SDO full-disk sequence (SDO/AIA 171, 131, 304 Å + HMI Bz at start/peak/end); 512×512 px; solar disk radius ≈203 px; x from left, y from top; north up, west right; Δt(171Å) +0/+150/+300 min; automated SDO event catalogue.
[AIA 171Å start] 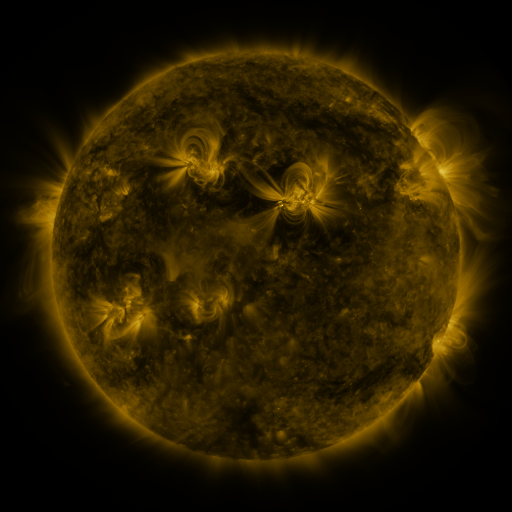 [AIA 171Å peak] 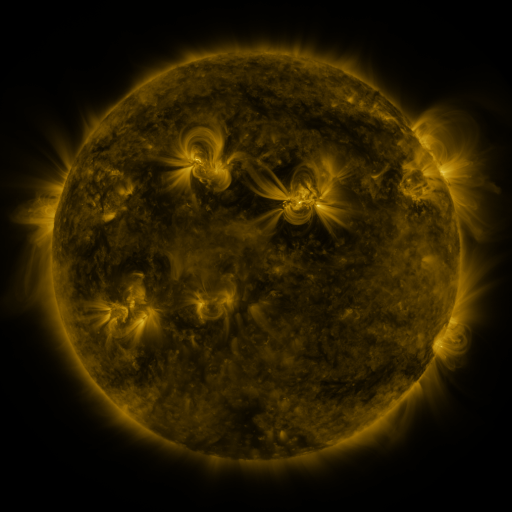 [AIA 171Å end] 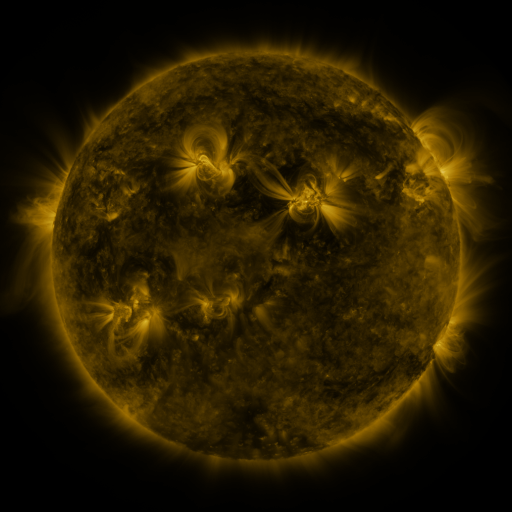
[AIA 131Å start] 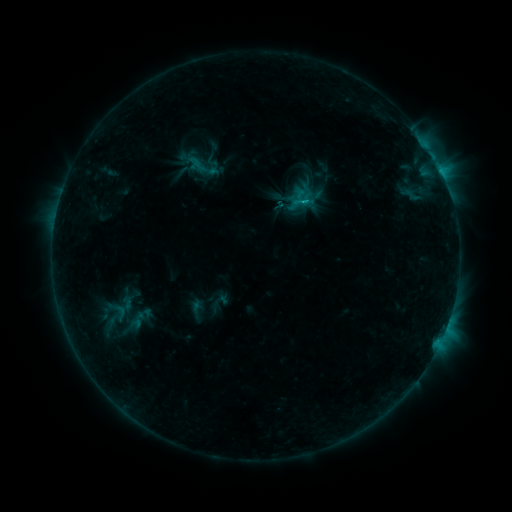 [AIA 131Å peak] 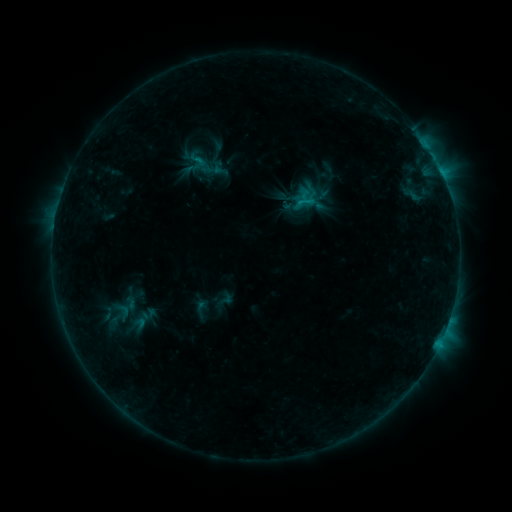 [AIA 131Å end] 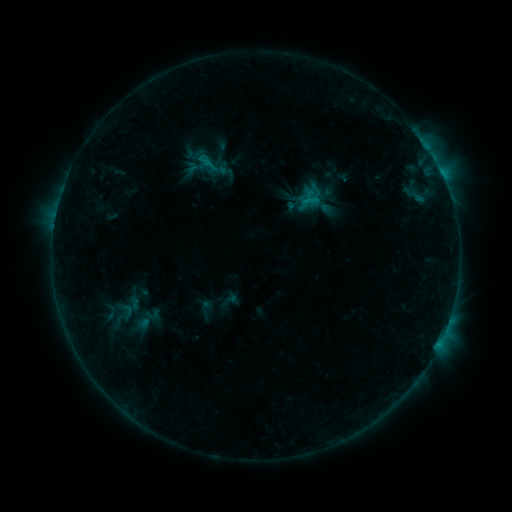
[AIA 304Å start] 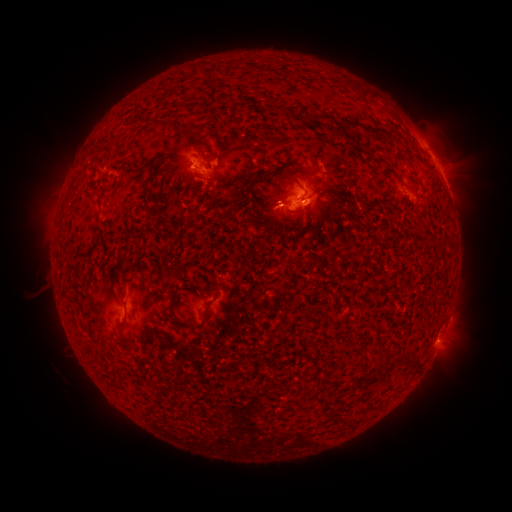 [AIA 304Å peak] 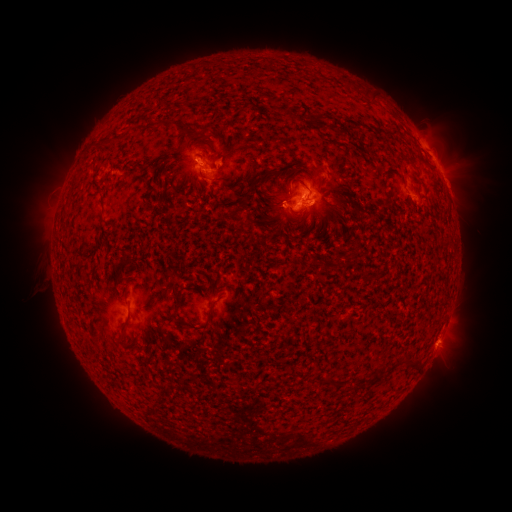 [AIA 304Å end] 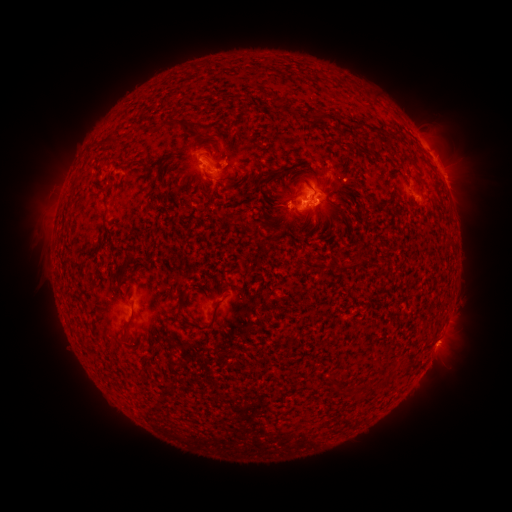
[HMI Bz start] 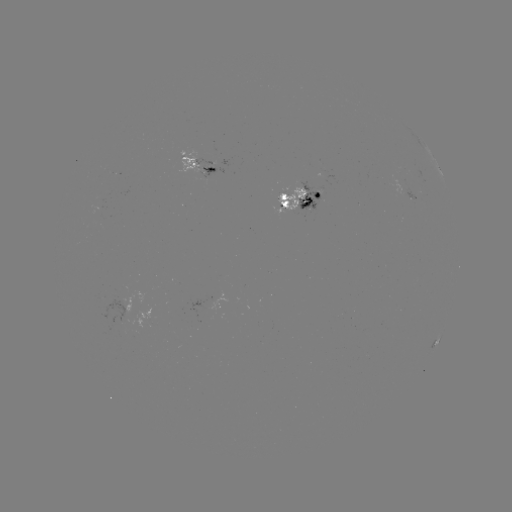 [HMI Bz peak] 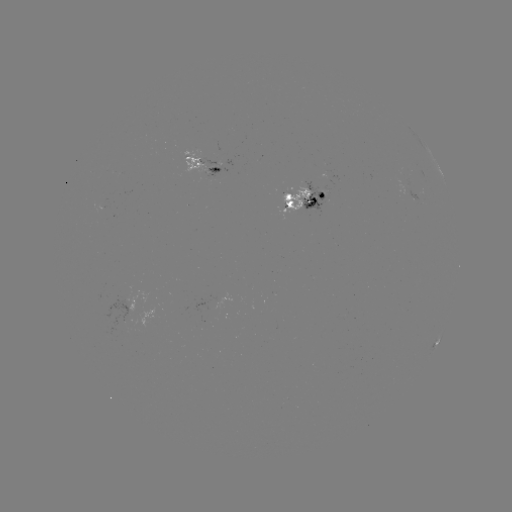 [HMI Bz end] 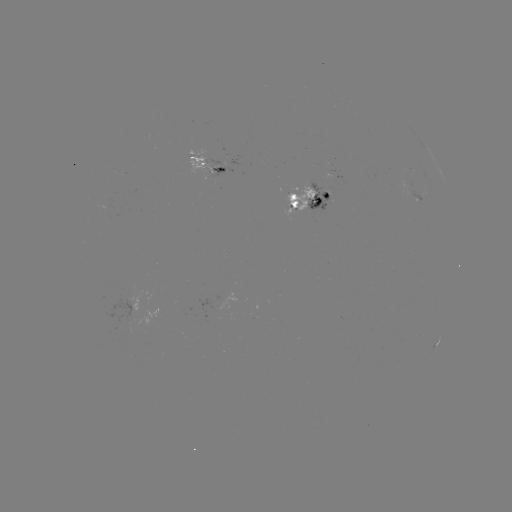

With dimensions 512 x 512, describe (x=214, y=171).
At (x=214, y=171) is emerging-flux region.